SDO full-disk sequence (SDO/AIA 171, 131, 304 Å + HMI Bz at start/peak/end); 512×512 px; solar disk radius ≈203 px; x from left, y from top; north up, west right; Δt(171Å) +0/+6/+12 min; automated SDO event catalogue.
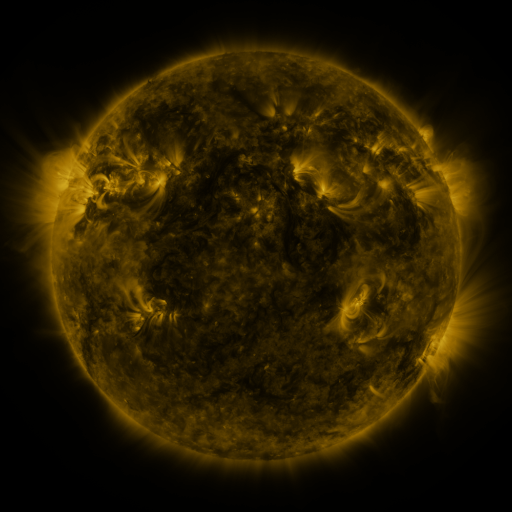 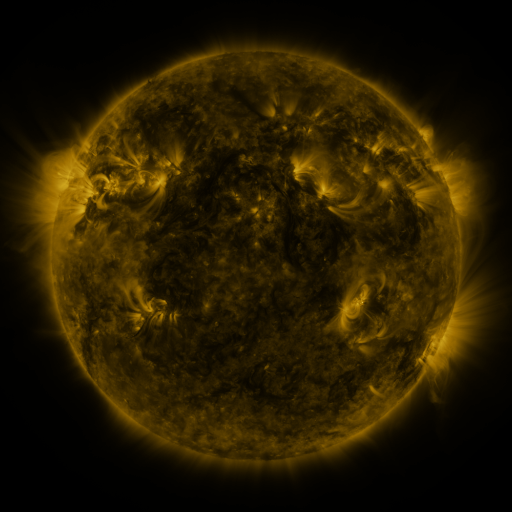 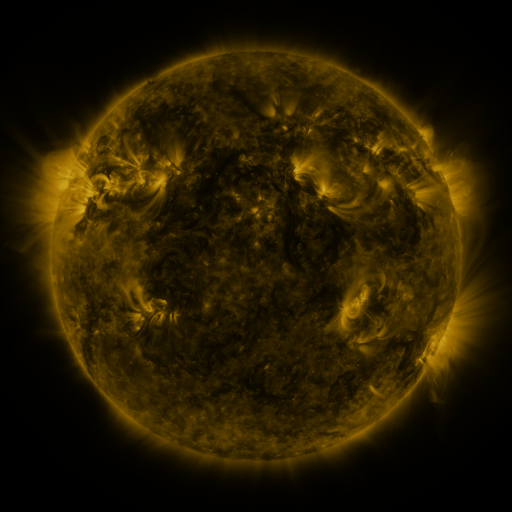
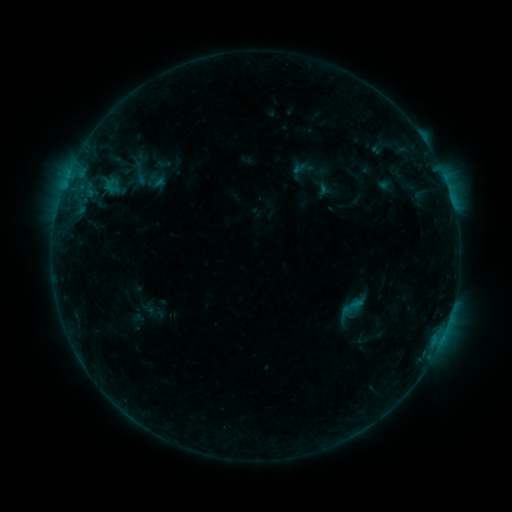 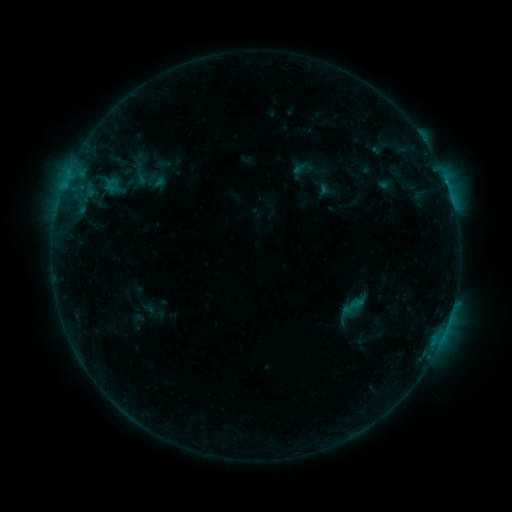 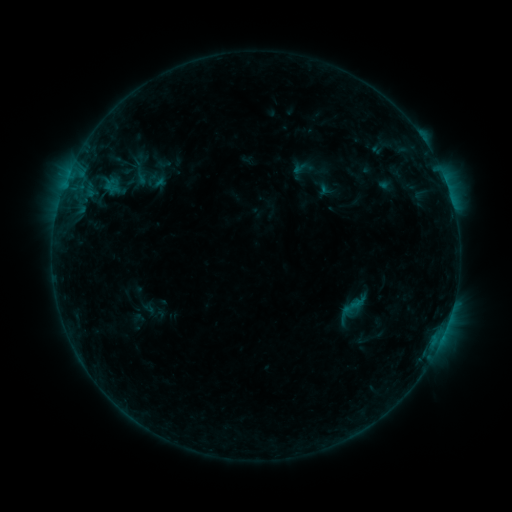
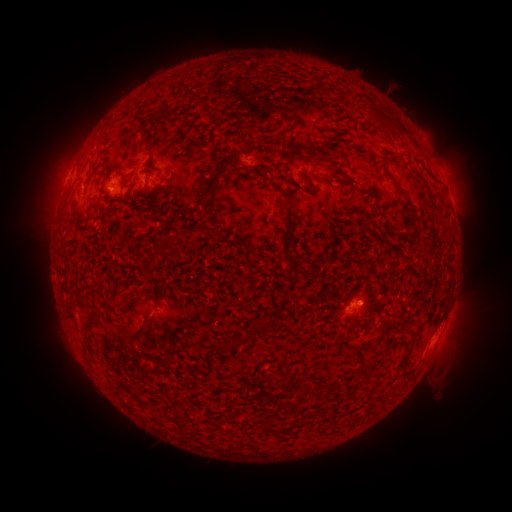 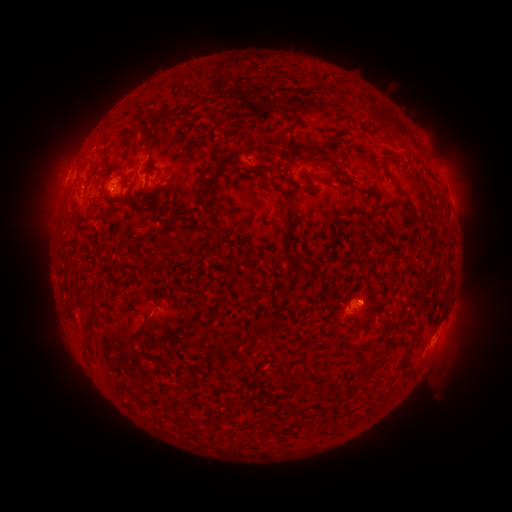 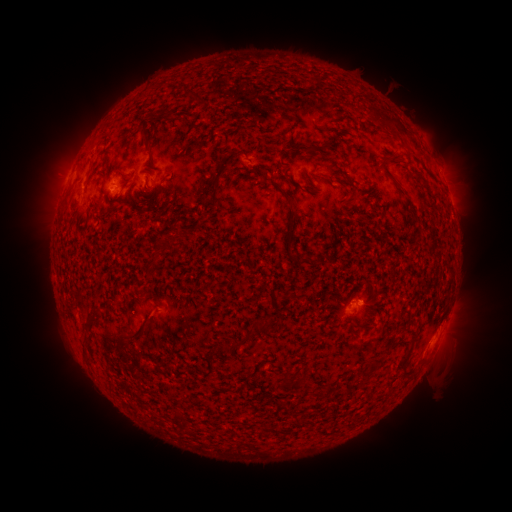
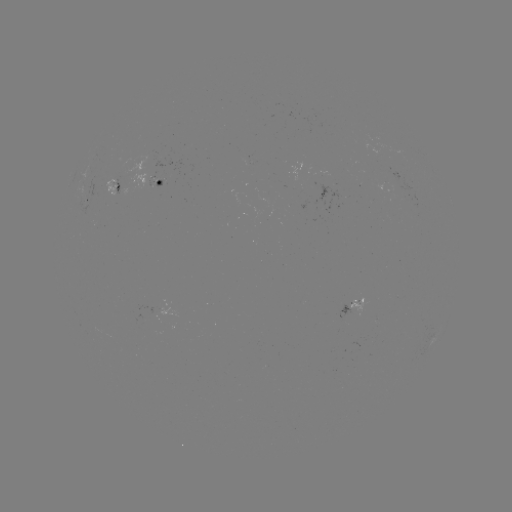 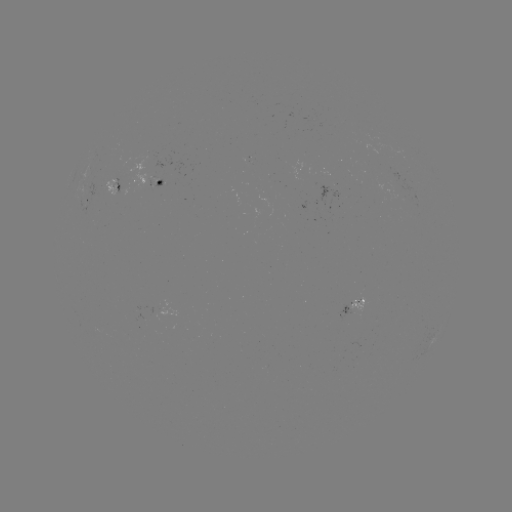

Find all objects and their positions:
B6.0 flare: (453, 304)
